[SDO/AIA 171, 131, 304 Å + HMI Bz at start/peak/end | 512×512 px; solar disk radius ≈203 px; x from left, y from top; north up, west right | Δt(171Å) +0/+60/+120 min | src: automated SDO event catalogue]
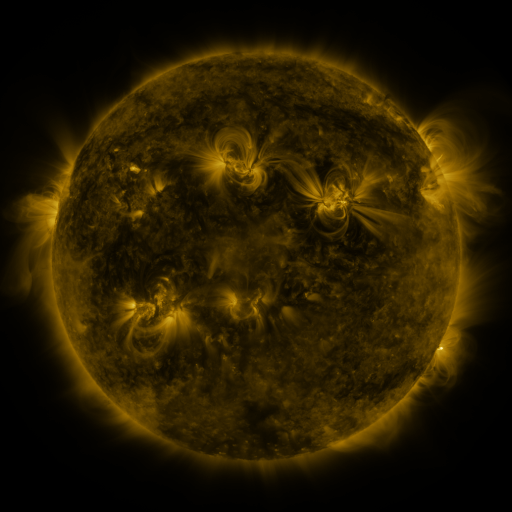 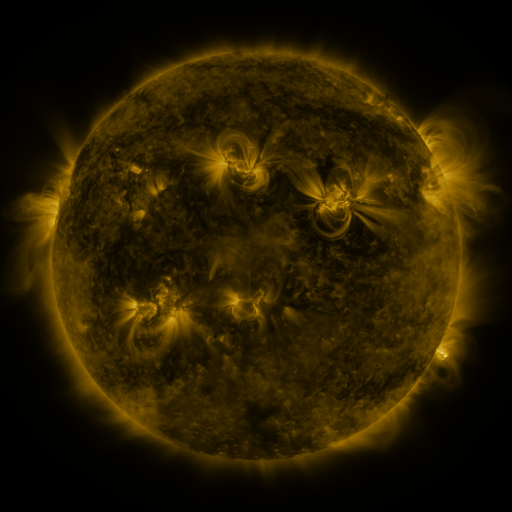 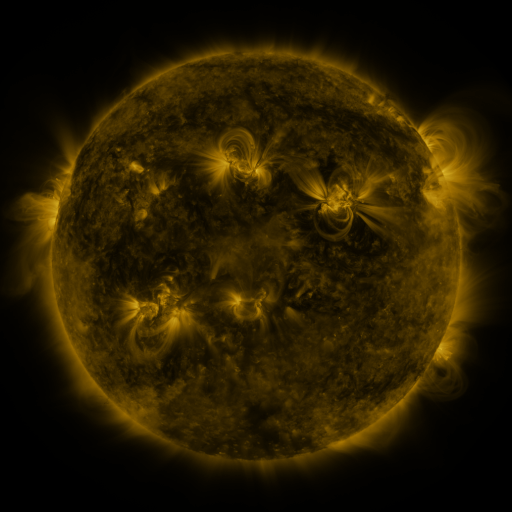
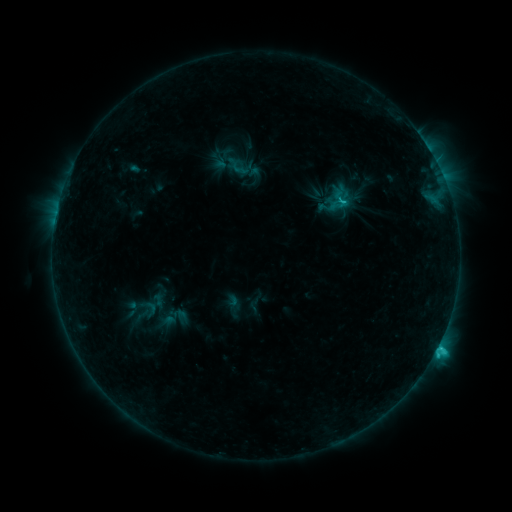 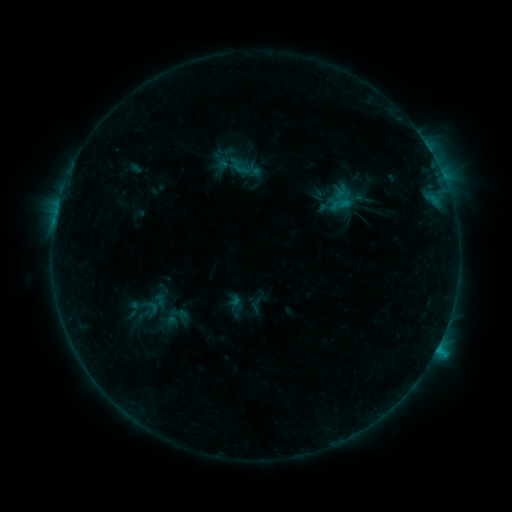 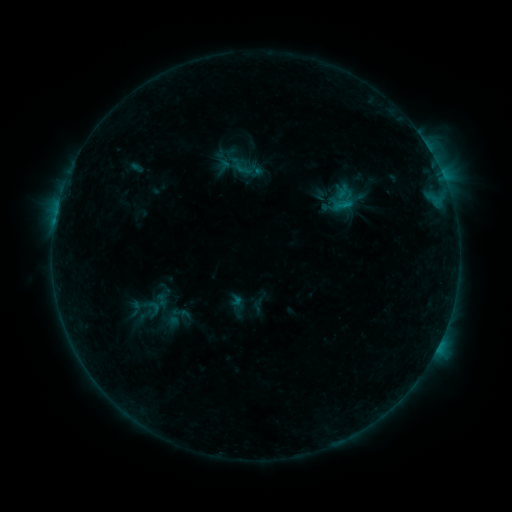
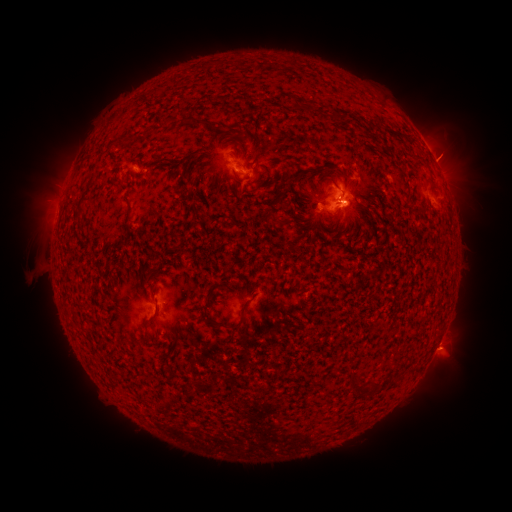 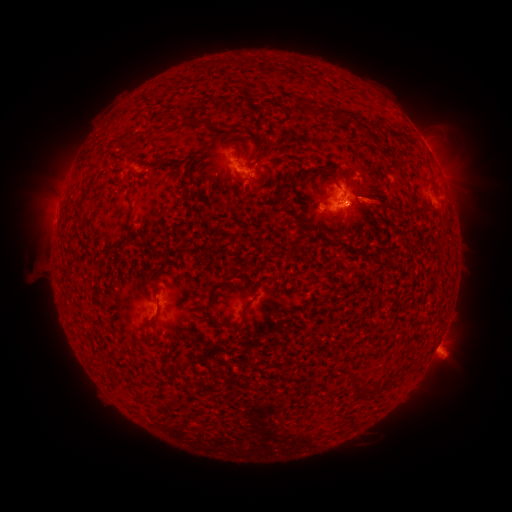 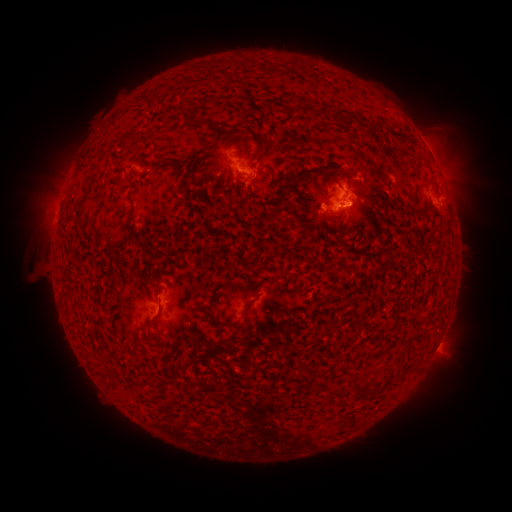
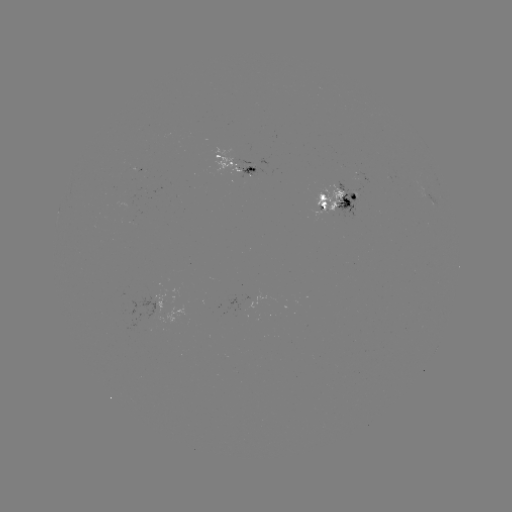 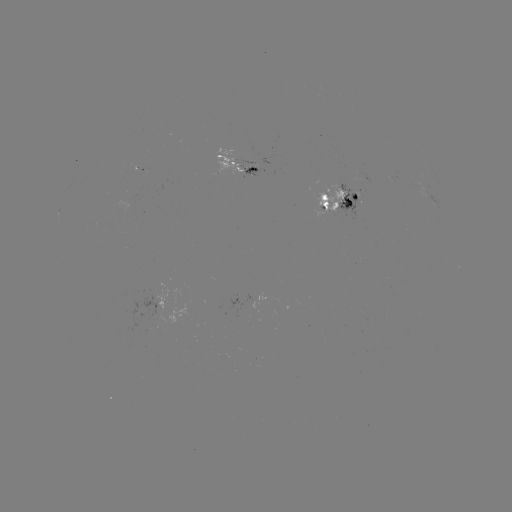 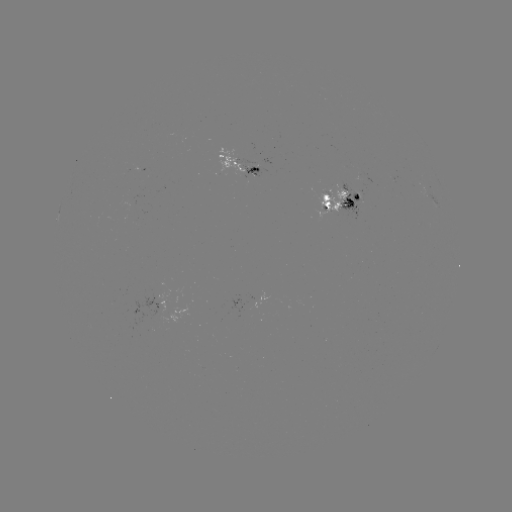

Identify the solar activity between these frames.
emerging-flux region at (254, 168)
